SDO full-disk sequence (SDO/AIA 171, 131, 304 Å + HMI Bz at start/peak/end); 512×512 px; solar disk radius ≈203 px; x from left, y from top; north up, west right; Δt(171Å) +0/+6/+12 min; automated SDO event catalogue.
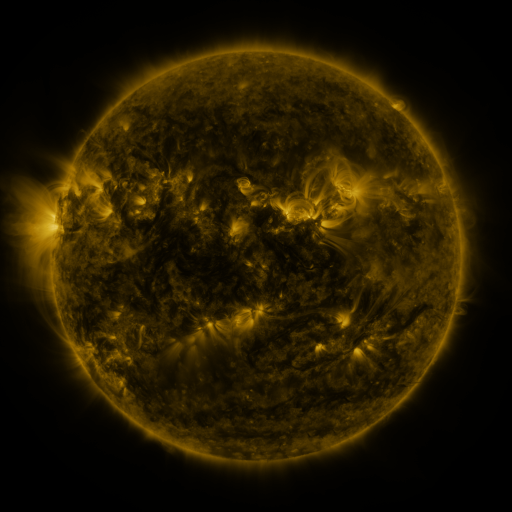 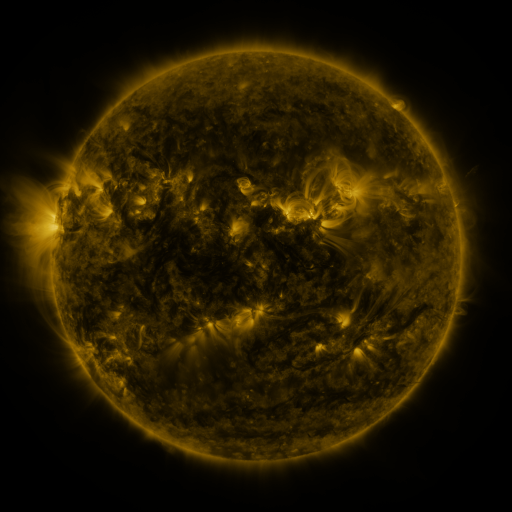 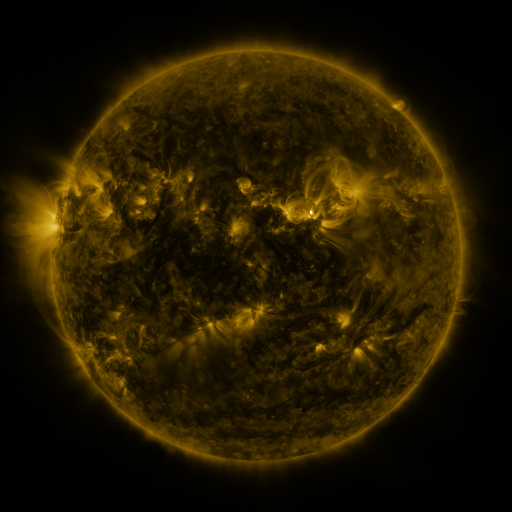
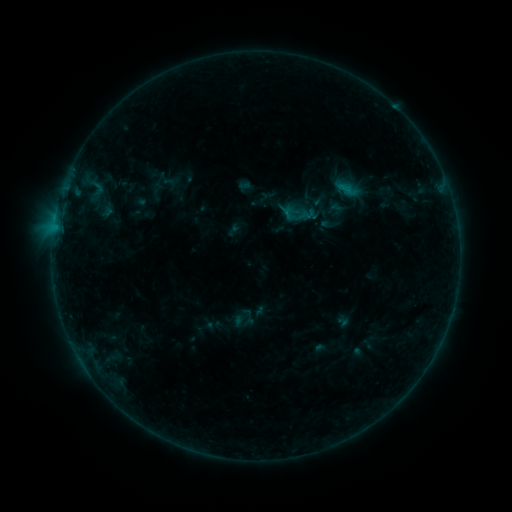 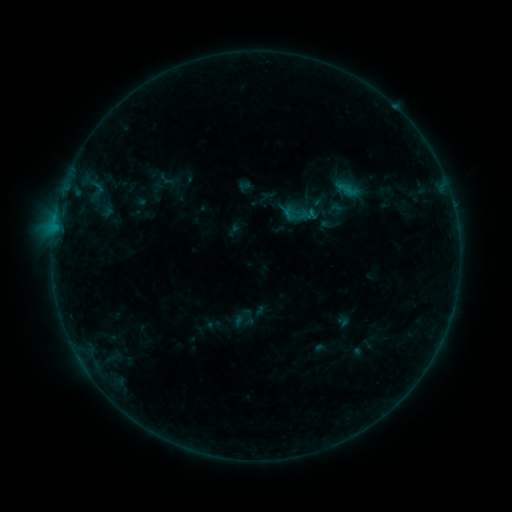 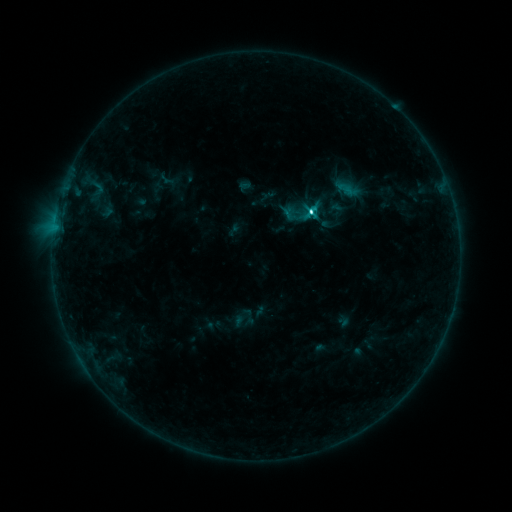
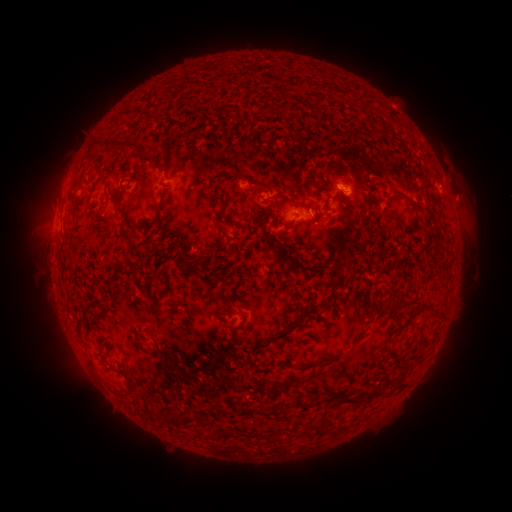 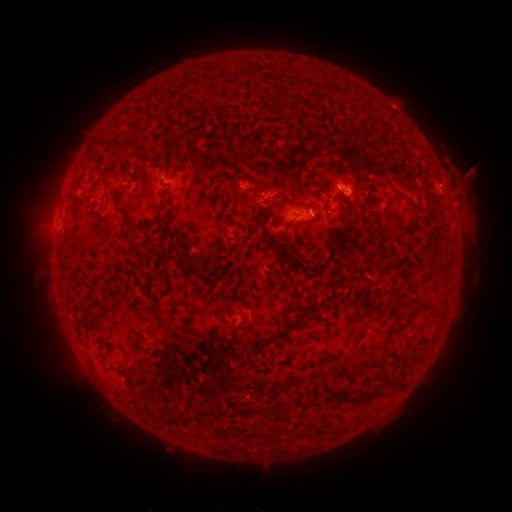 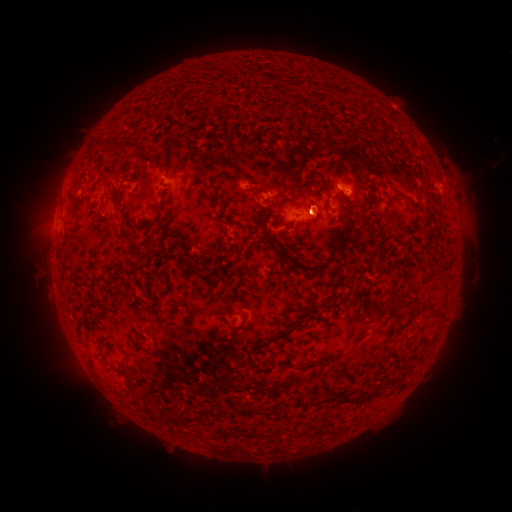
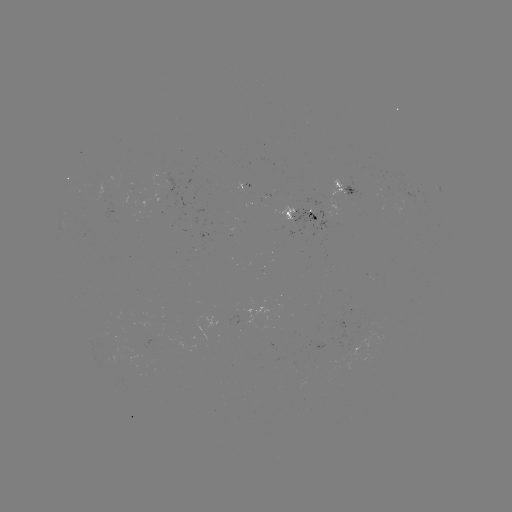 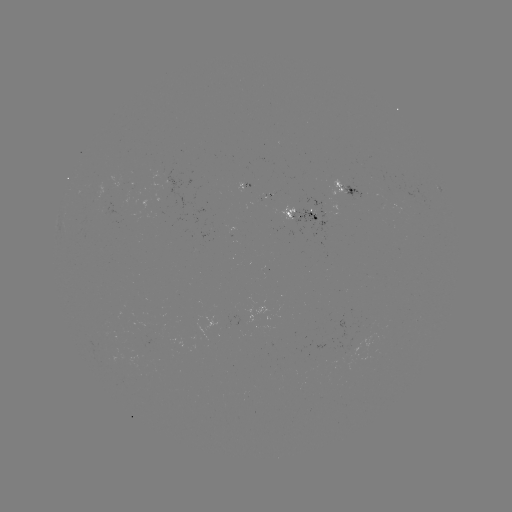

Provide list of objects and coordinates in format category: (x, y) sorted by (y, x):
C5.7 flare: (311, 215)
